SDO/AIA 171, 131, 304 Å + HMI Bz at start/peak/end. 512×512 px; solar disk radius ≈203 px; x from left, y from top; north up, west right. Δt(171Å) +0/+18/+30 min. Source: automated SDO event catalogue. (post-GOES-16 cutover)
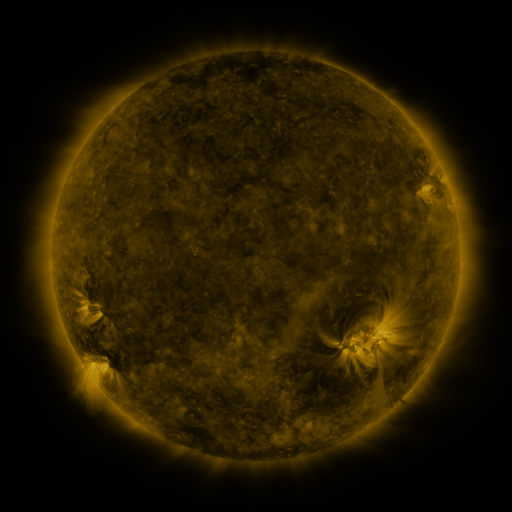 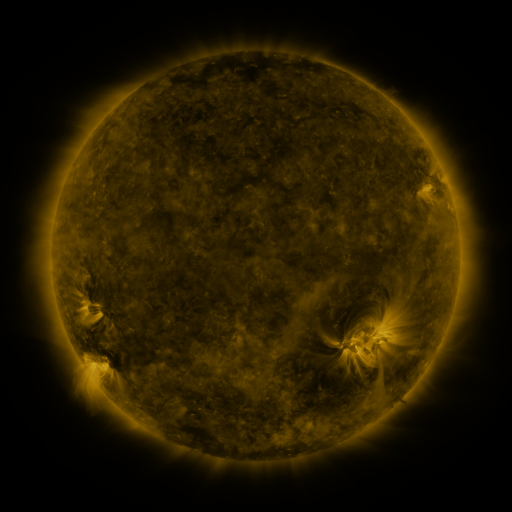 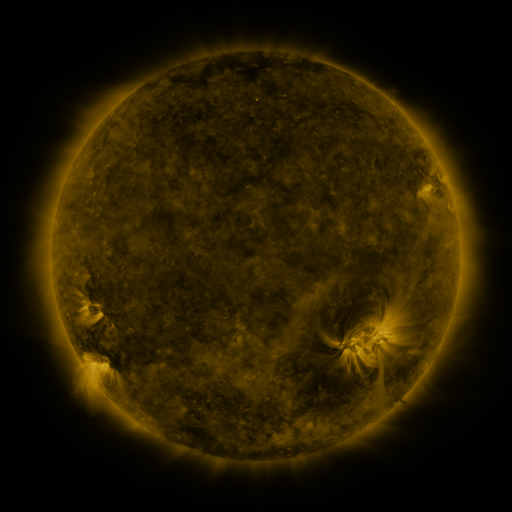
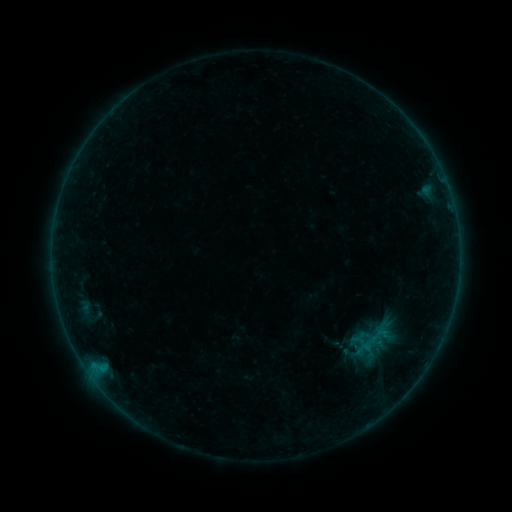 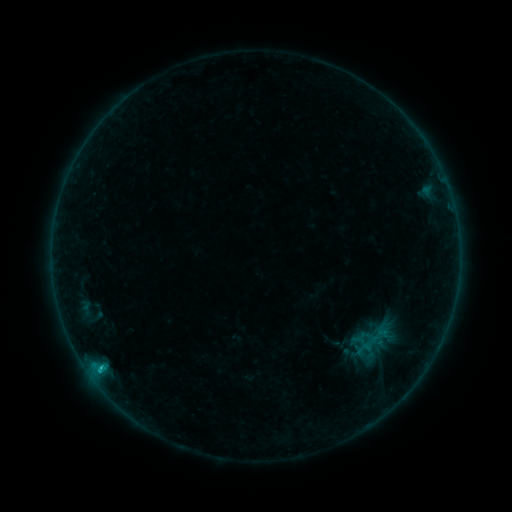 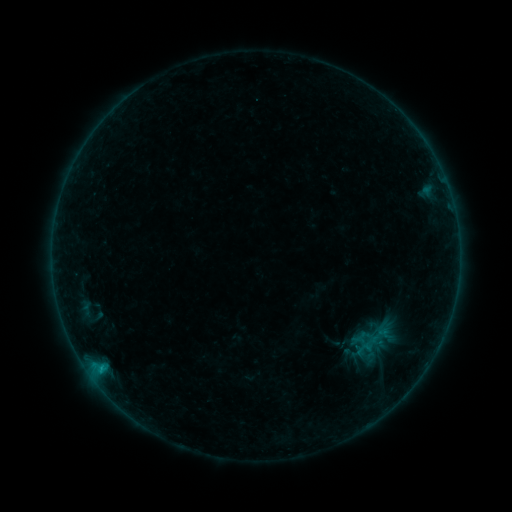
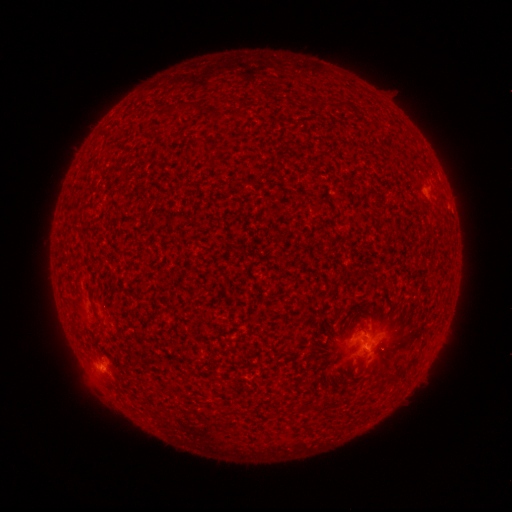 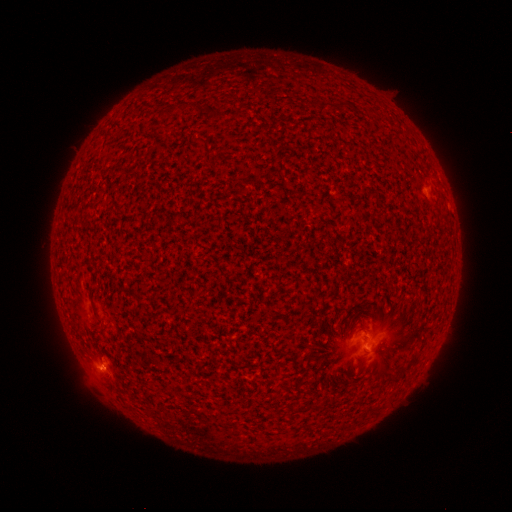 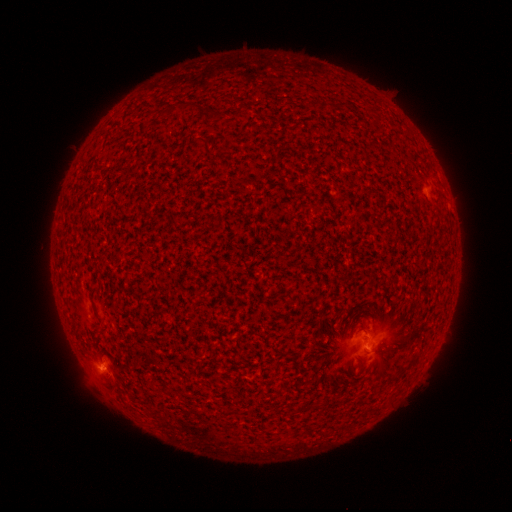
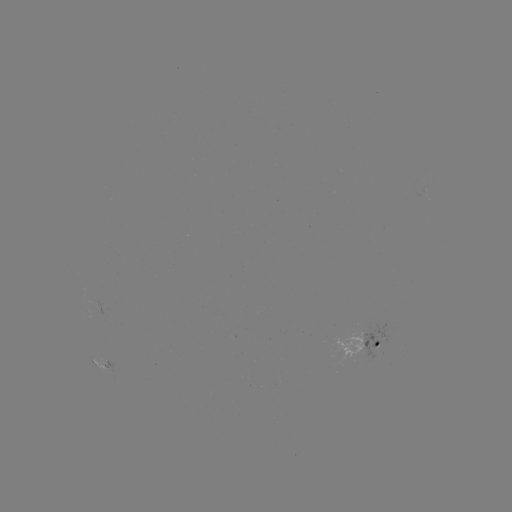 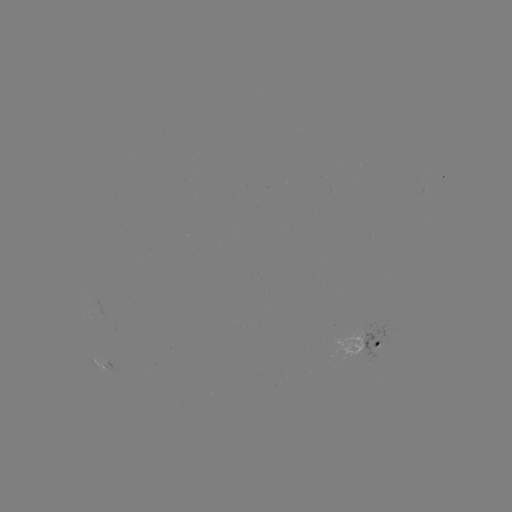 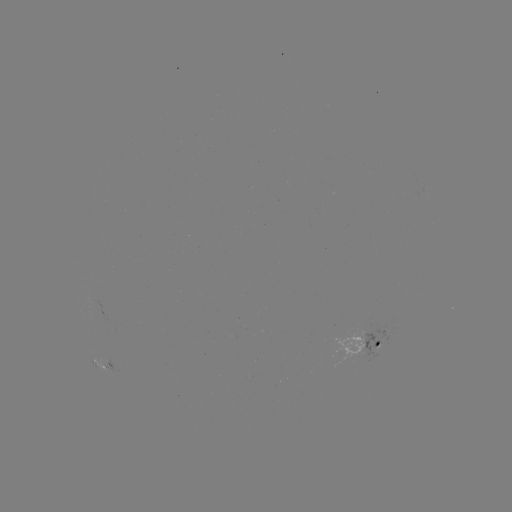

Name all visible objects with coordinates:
C1.2 flare: (102, 367)
